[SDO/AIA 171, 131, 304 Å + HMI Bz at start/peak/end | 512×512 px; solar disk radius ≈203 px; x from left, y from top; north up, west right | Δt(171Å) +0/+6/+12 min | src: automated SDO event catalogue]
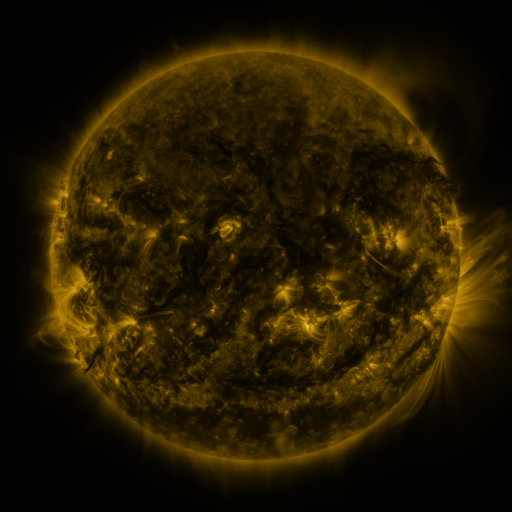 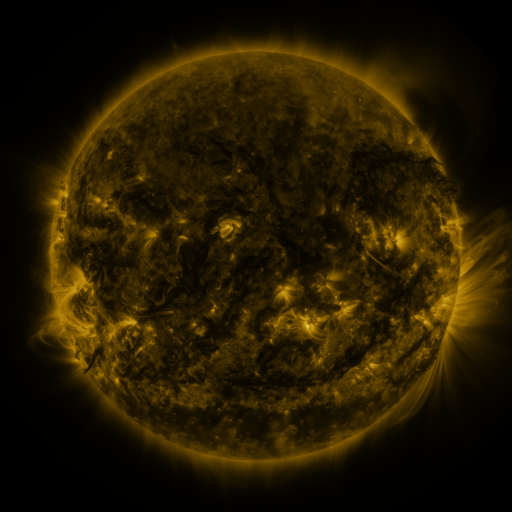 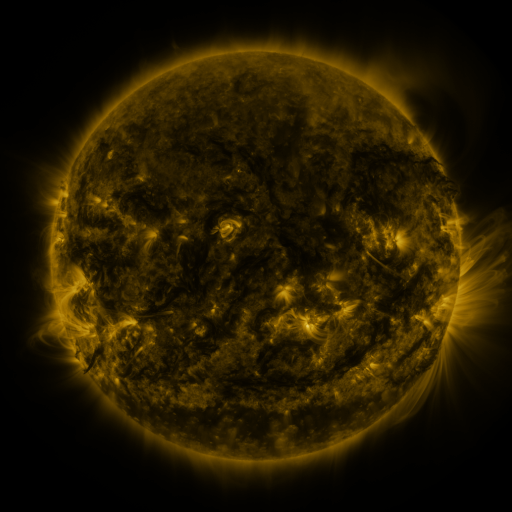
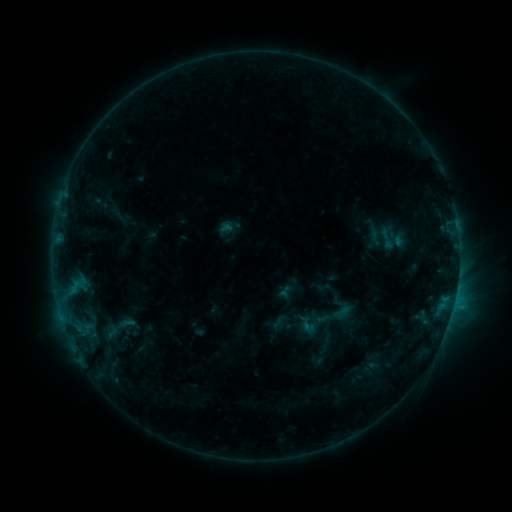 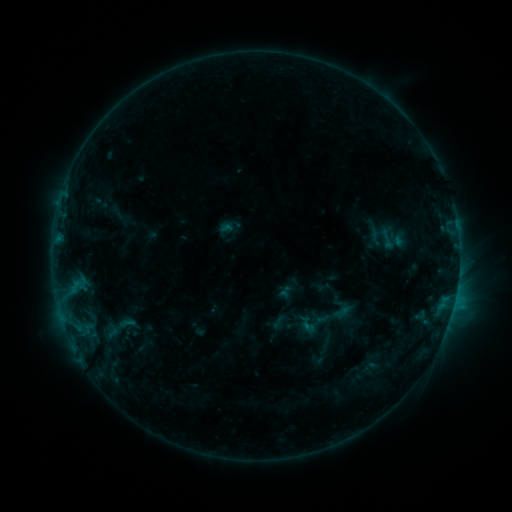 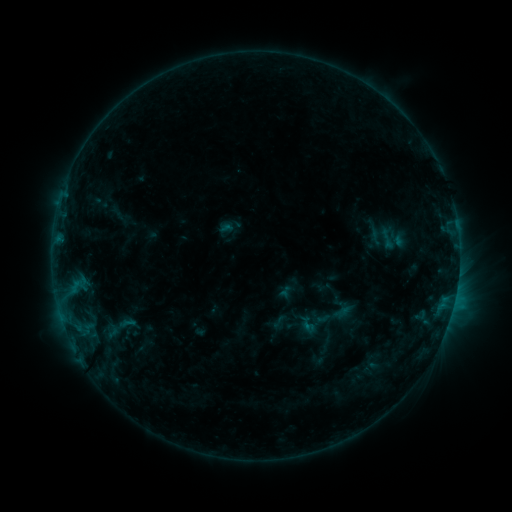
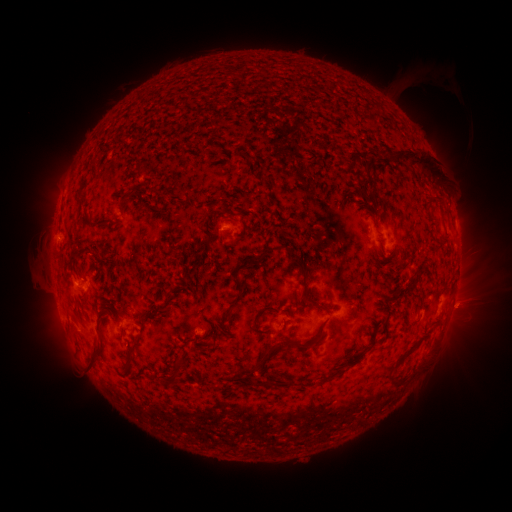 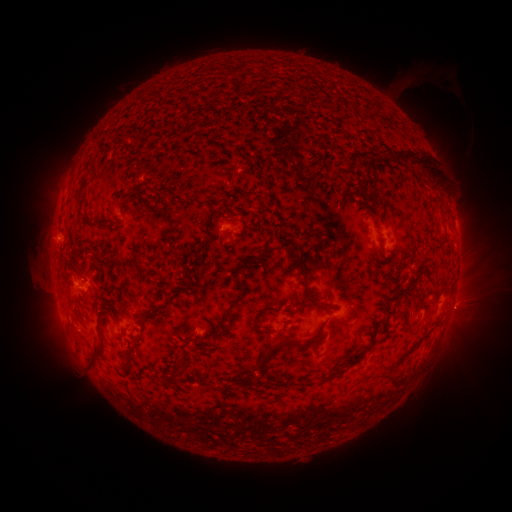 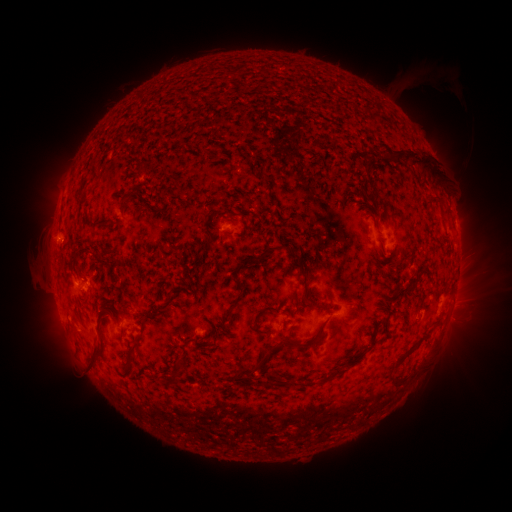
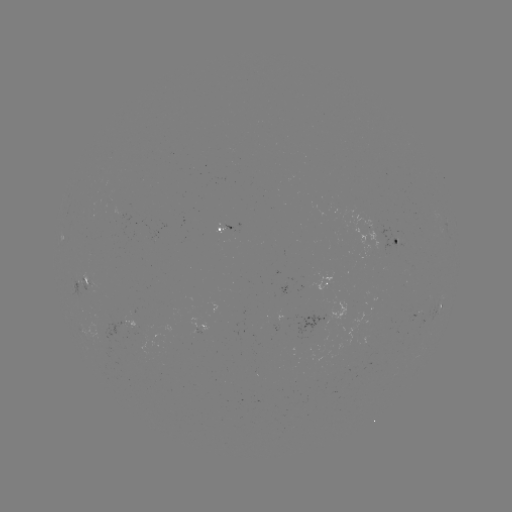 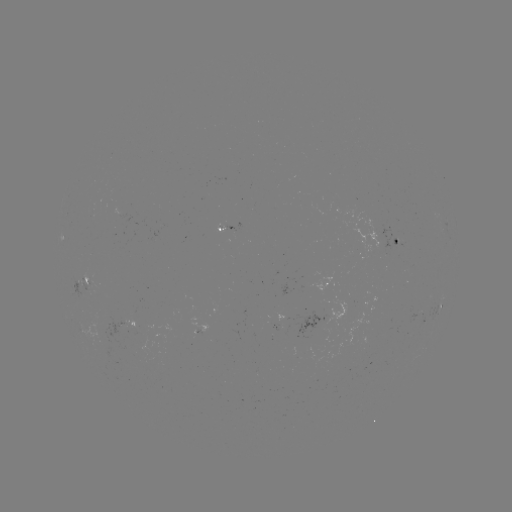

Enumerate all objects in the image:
eruption: (464, 308)
